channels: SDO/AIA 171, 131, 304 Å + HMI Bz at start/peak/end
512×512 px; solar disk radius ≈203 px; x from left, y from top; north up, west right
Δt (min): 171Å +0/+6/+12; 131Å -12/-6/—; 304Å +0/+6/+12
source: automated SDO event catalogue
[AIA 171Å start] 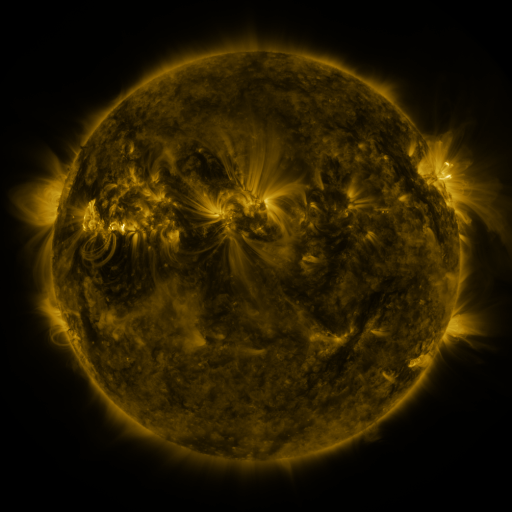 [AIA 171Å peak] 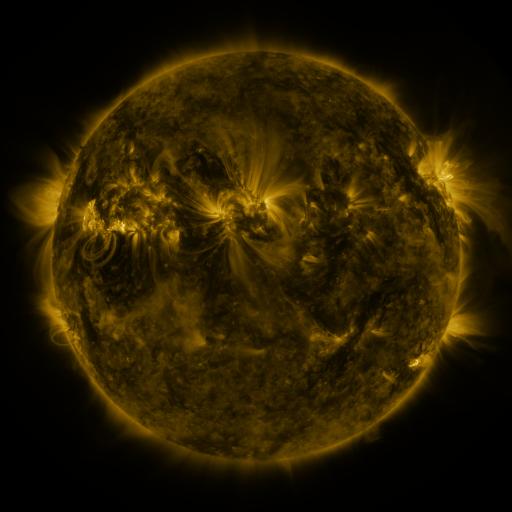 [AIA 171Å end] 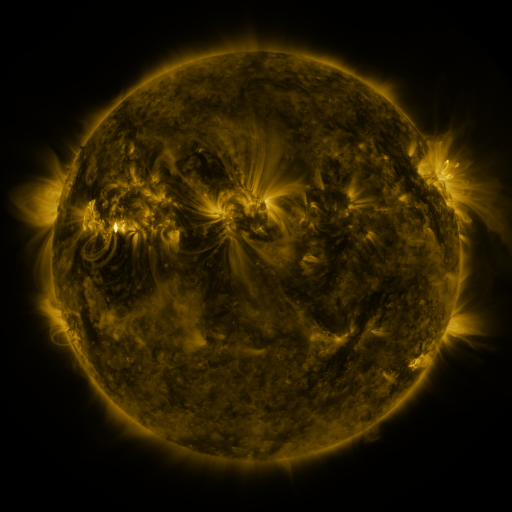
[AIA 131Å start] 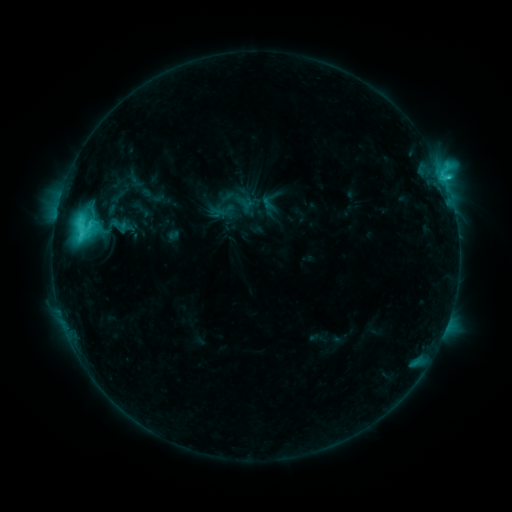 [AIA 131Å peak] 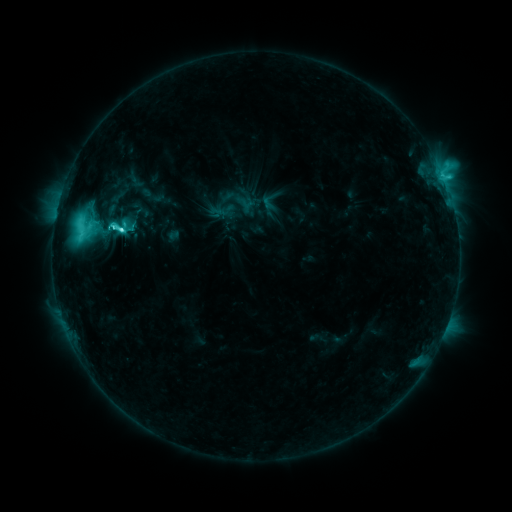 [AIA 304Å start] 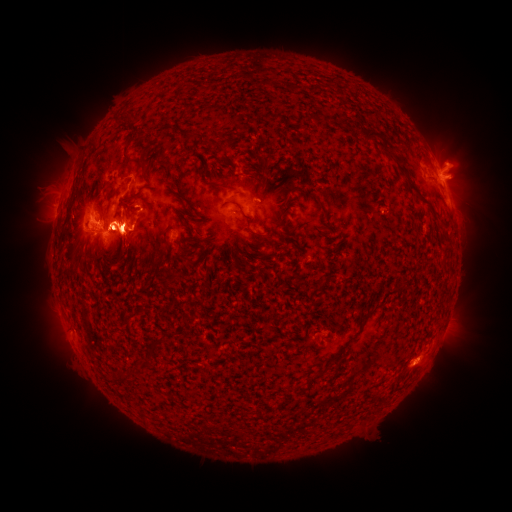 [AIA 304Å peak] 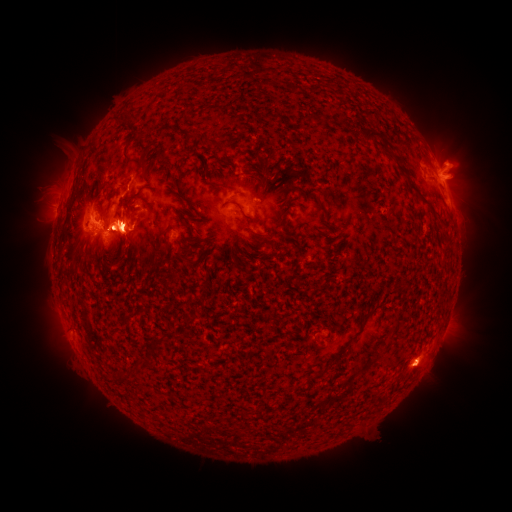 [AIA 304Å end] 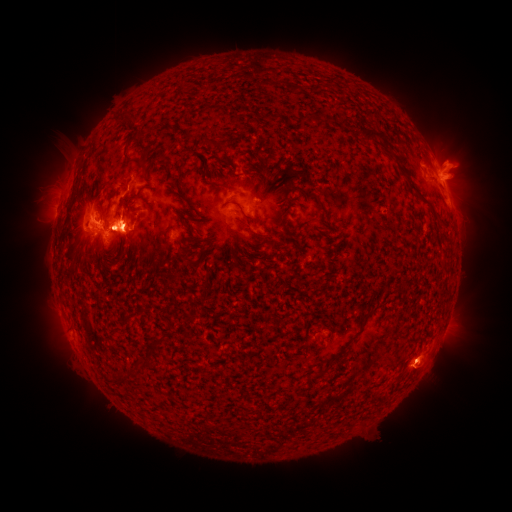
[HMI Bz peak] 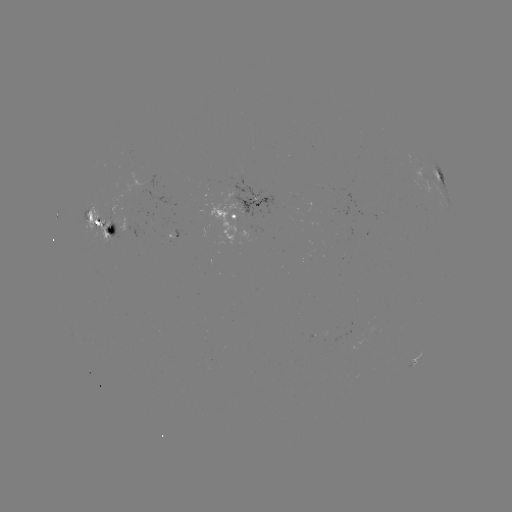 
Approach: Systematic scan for eruption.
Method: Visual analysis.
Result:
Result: eruption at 422,370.